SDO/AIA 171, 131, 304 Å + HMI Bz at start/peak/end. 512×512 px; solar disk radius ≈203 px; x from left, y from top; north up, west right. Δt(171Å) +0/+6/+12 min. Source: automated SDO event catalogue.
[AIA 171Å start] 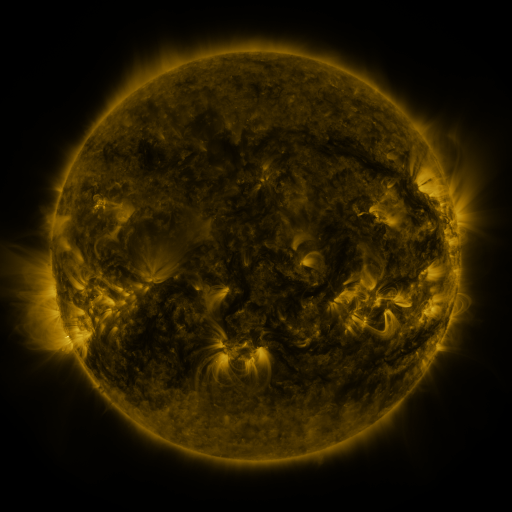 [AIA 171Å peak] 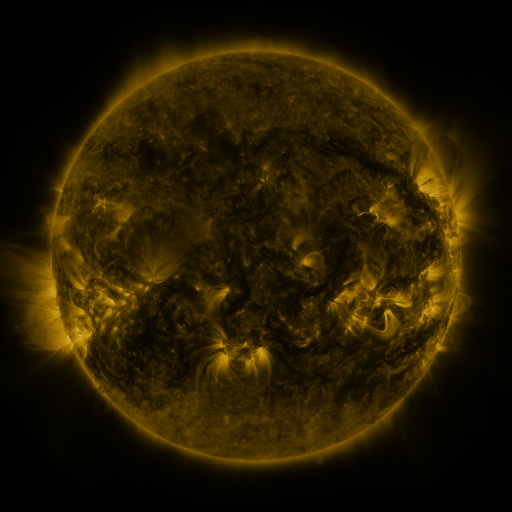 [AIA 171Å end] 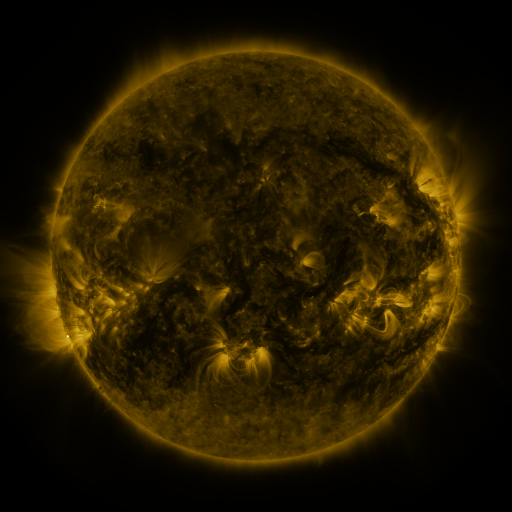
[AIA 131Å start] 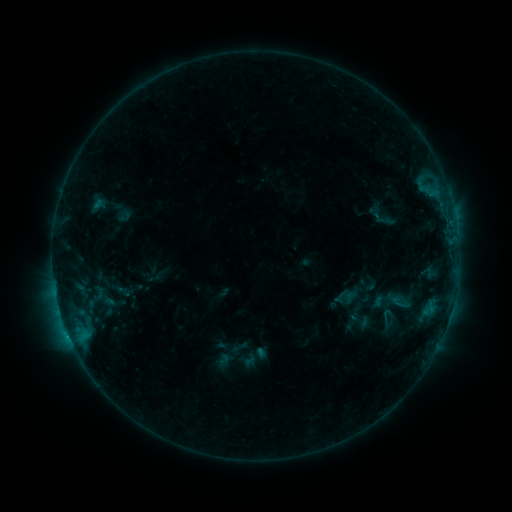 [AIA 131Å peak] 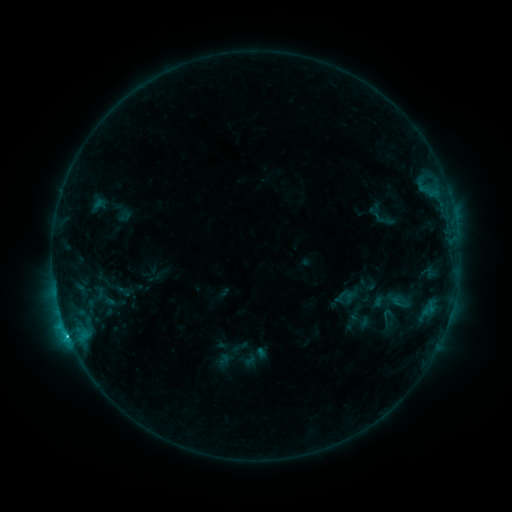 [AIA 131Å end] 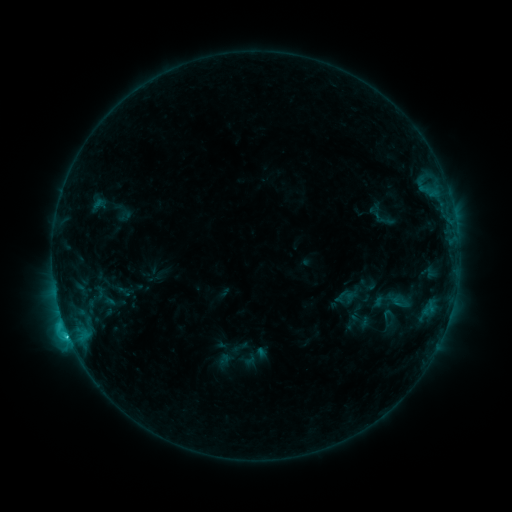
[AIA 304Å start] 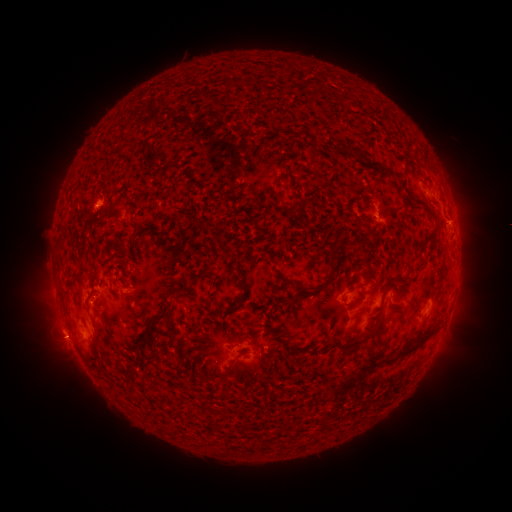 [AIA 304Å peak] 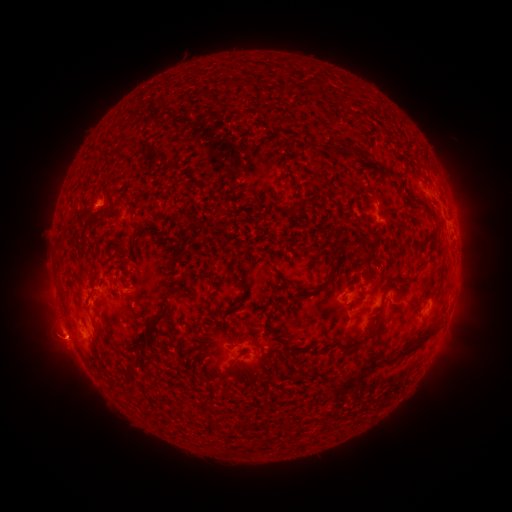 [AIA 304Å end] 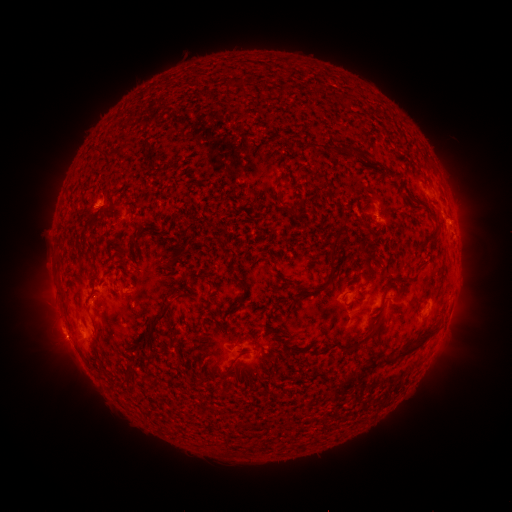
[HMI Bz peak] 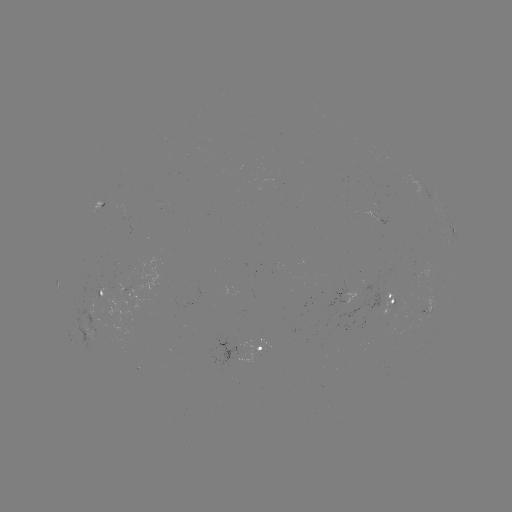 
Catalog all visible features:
eruption: (58, 343)
